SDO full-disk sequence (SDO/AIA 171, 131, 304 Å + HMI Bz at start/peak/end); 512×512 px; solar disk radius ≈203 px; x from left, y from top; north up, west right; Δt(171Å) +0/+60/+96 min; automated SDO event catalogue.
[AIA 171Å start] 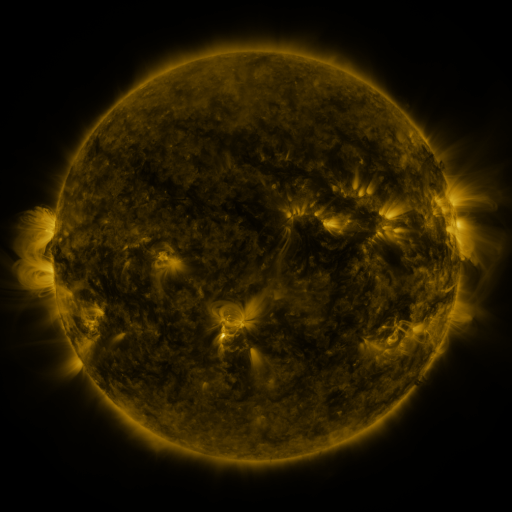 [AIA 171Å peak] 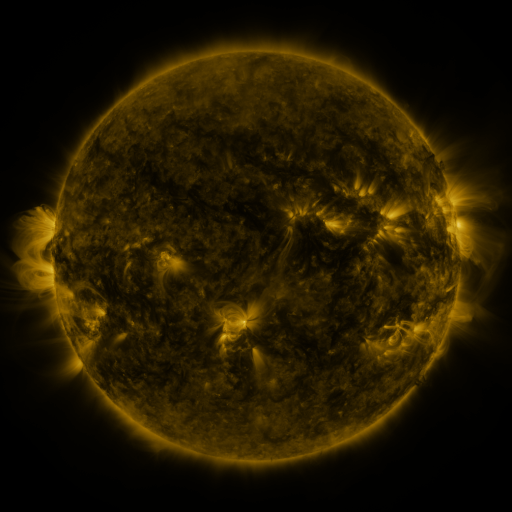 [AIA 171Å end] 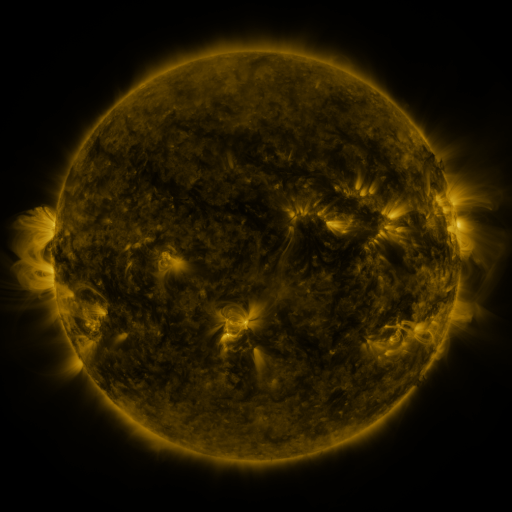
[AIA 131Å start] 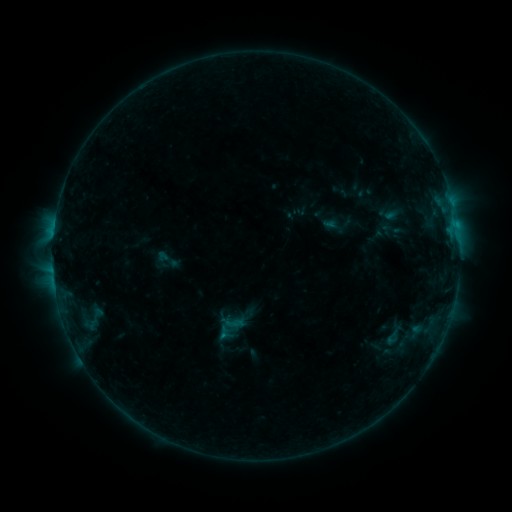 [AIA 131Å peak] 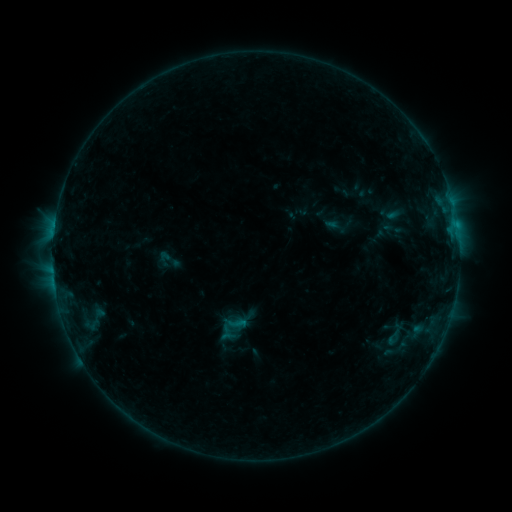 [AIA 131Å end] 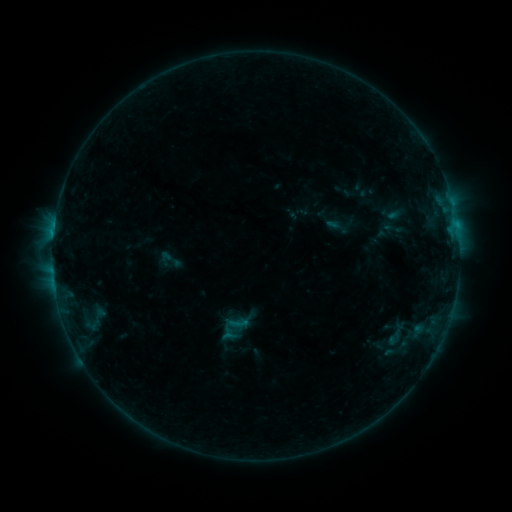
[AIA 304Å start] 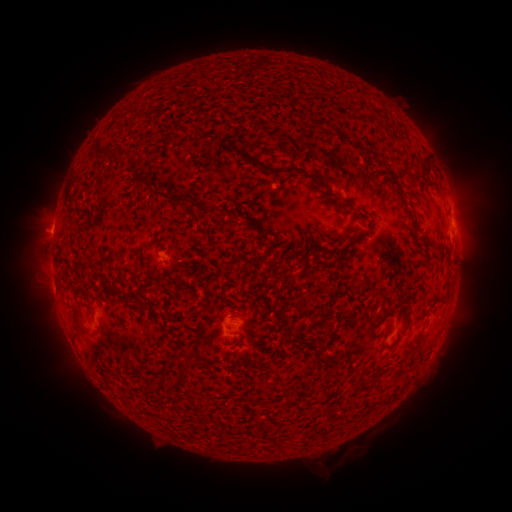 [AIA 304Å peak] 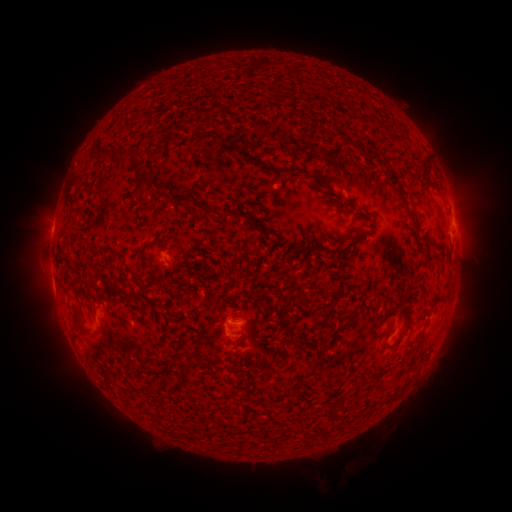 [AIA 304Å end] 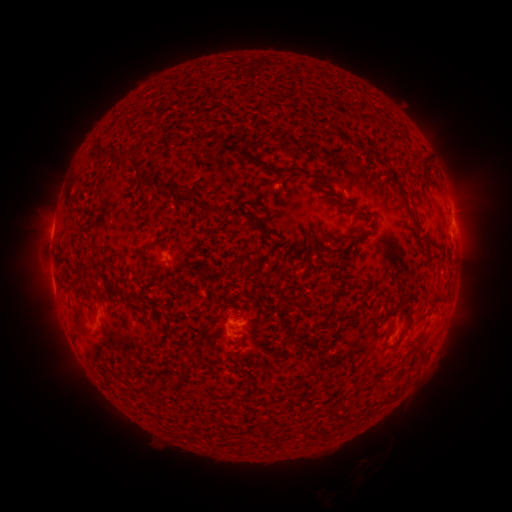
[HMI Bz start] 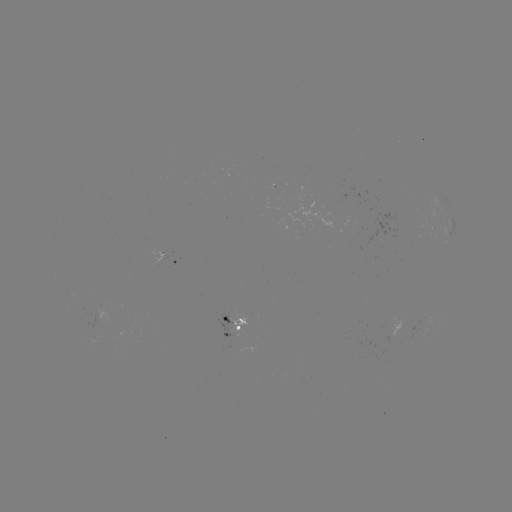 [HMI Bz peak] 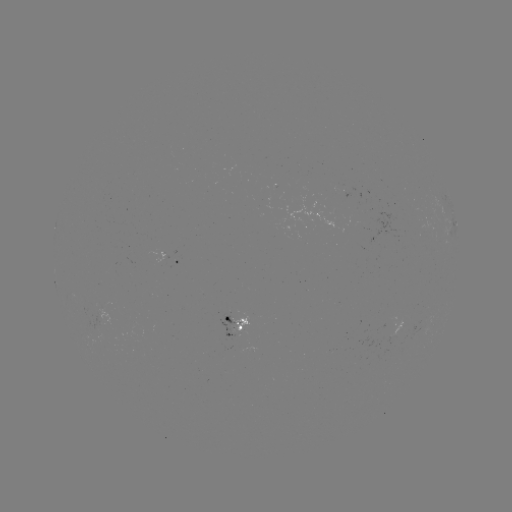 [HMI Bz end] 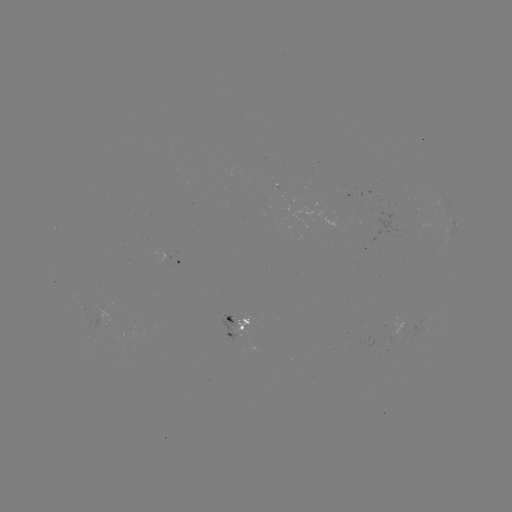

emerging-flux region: (216, 314, 240, 341)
